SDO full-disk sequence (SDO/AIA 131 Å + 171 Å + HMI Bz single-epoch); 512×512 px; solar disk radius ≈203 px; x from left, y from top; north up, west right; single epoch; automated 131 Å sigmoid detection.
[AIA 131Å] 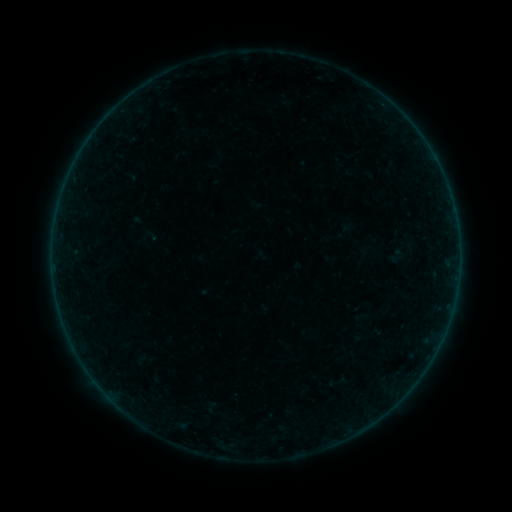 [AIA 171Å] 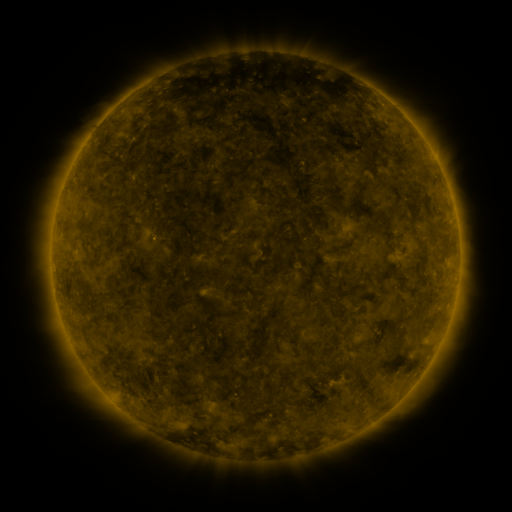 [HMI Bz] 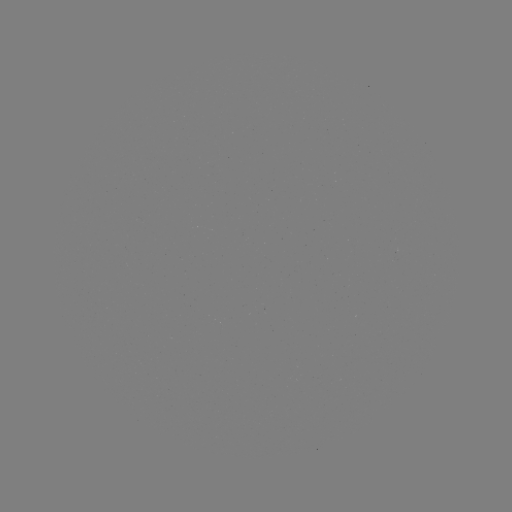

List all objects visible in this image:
sigmoid: (337, 382)
